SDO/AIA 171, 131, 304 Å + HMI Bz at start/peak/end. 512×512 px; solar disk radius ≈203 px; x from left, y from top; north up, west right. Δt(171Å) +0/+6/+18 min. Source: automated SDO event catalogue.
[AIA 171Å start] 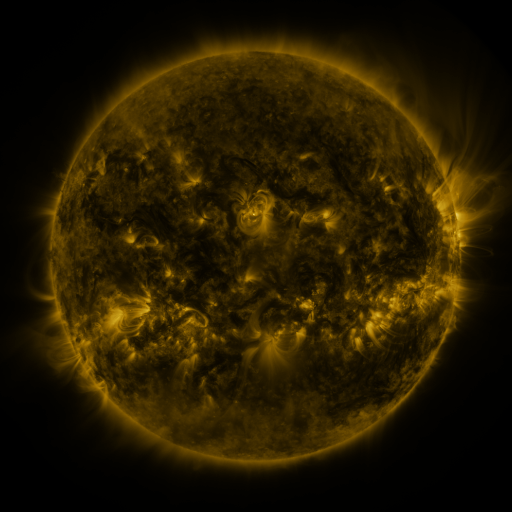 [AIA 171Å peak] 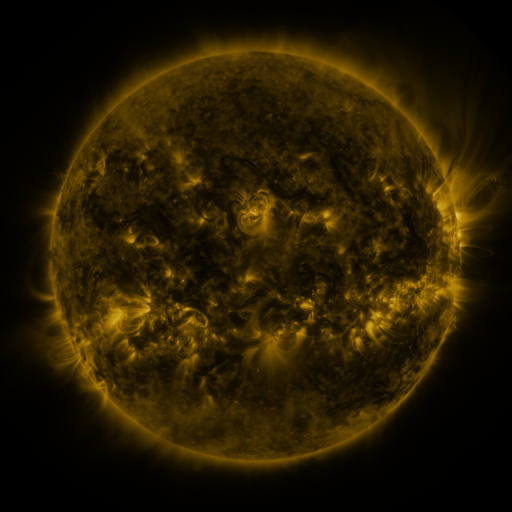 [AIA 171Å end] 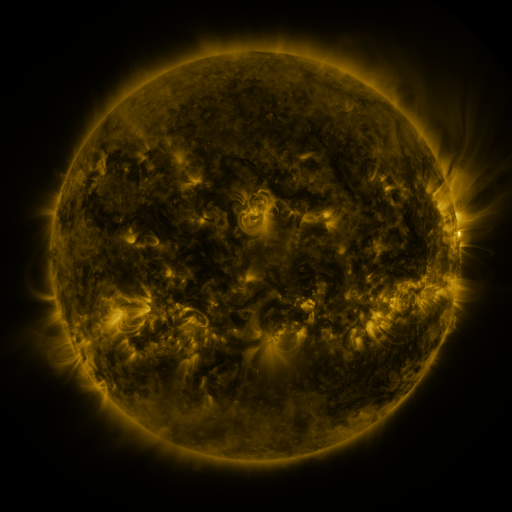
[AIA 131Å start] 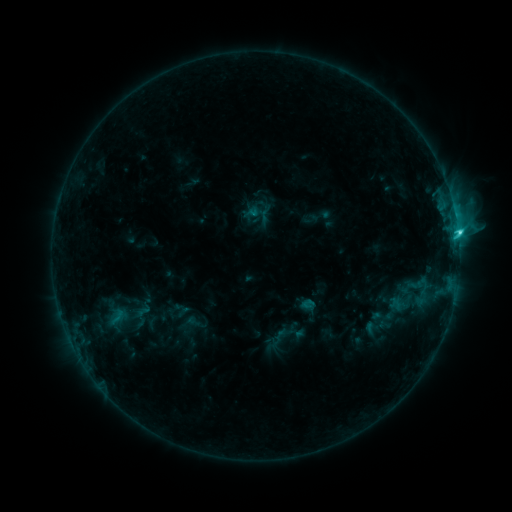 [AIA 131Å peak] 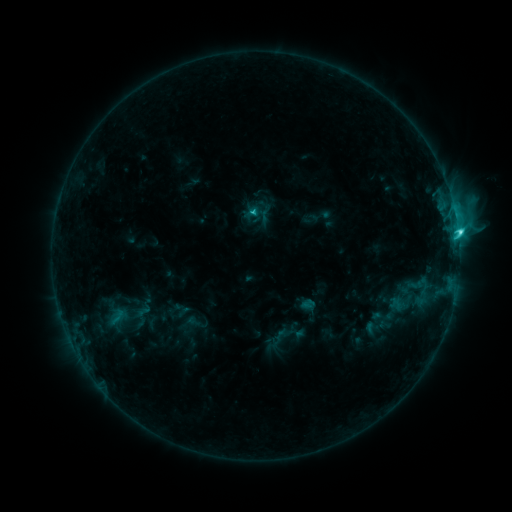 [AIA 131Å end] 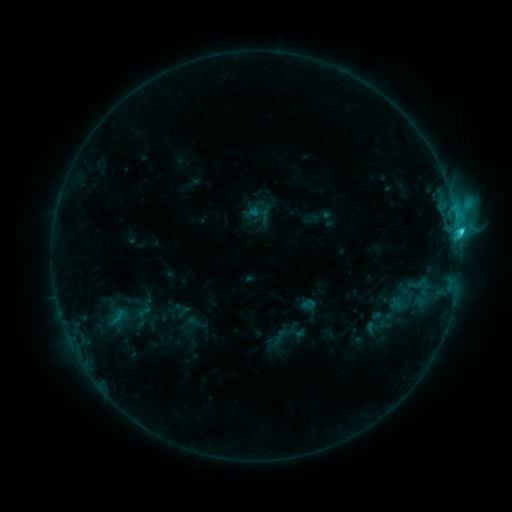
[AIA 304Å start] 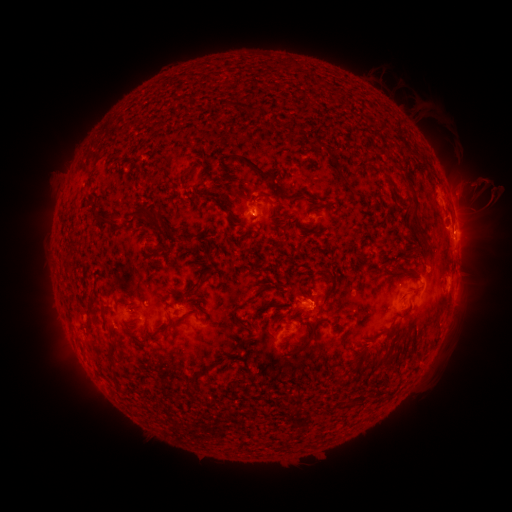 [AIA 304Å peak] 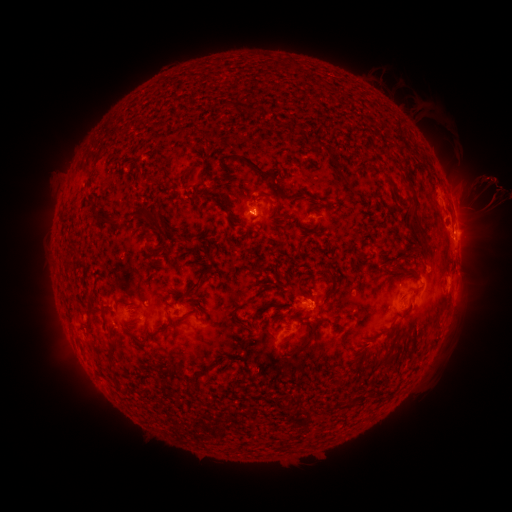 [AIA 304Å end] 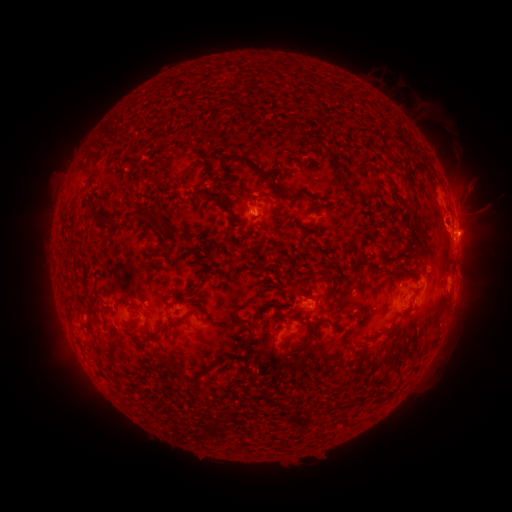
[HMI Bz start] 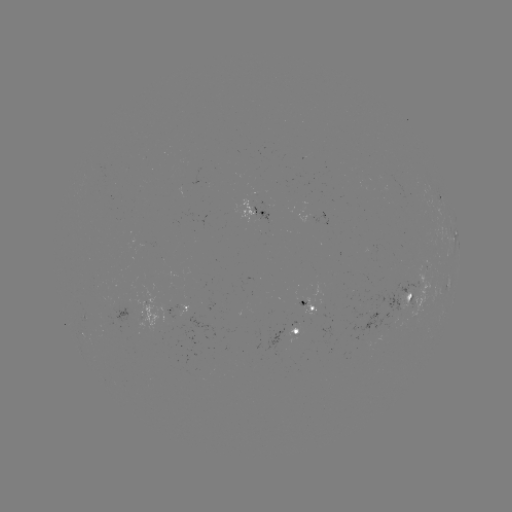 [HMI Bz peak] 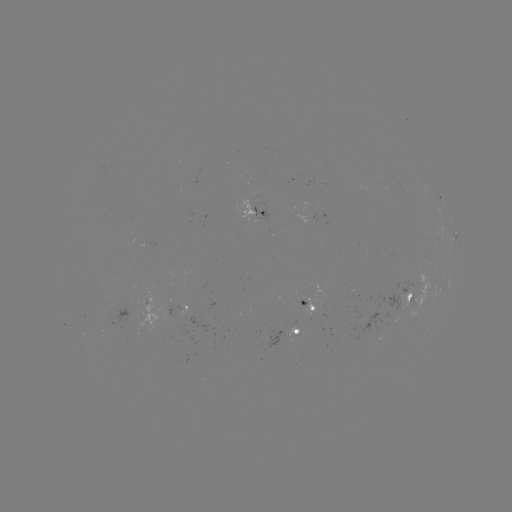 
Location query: eruption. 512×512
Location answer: (493, 198).